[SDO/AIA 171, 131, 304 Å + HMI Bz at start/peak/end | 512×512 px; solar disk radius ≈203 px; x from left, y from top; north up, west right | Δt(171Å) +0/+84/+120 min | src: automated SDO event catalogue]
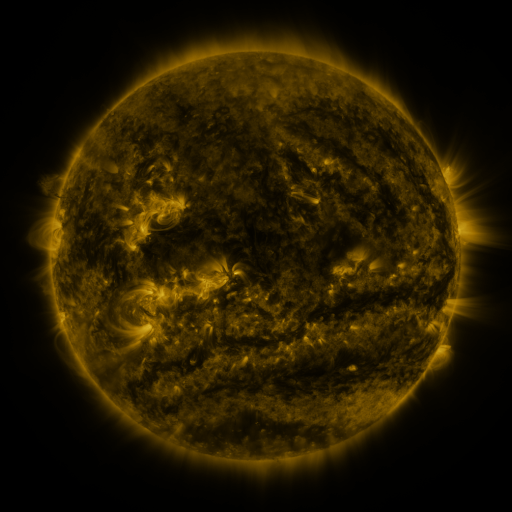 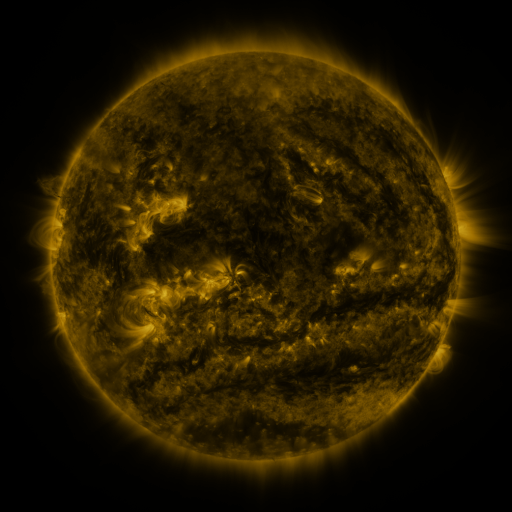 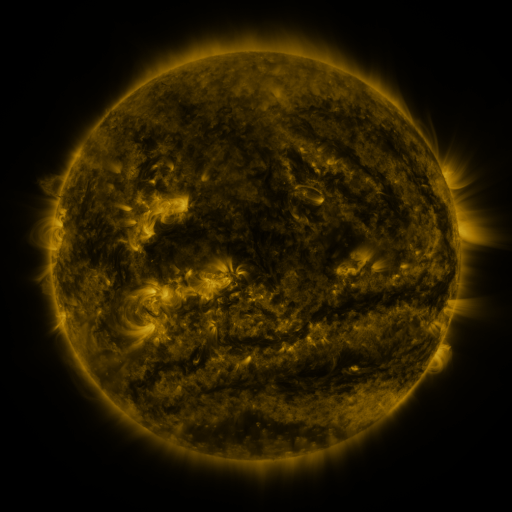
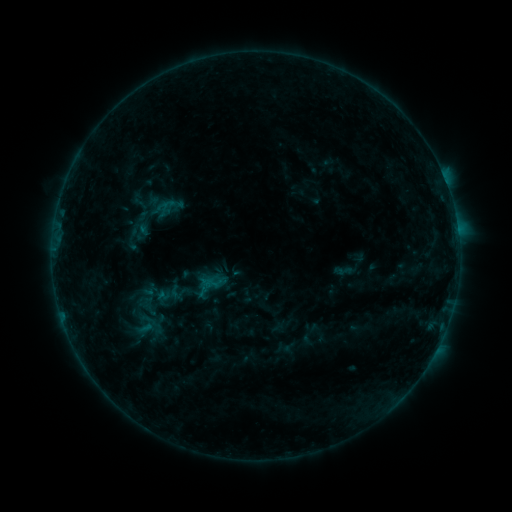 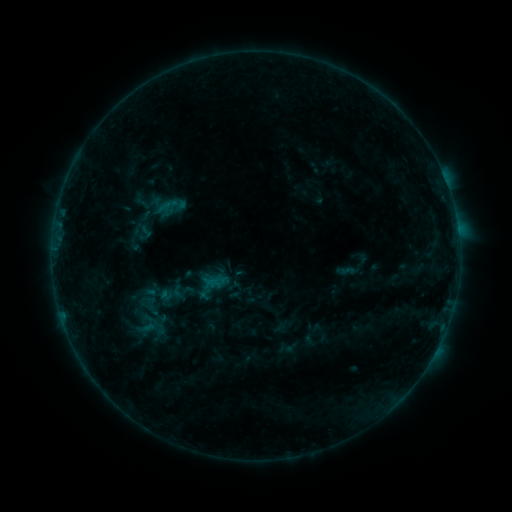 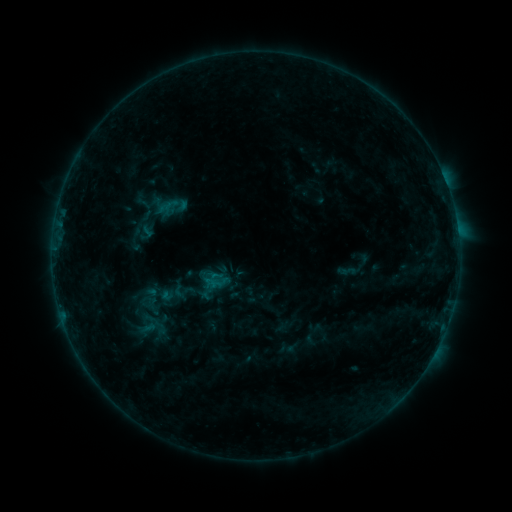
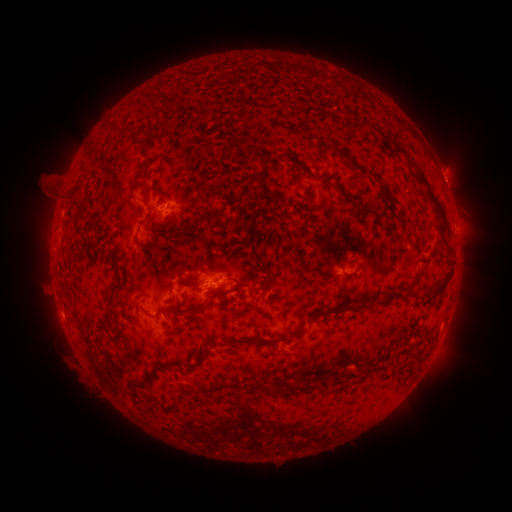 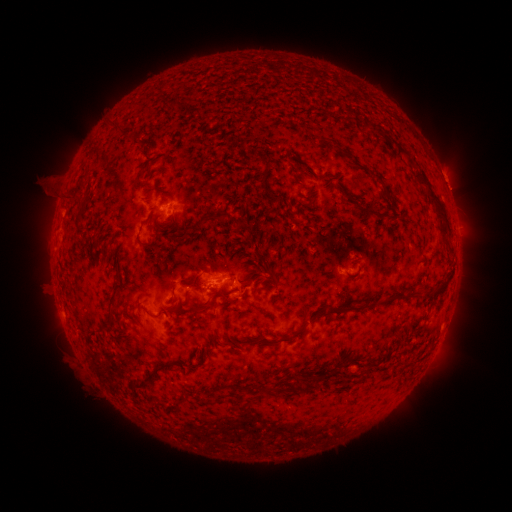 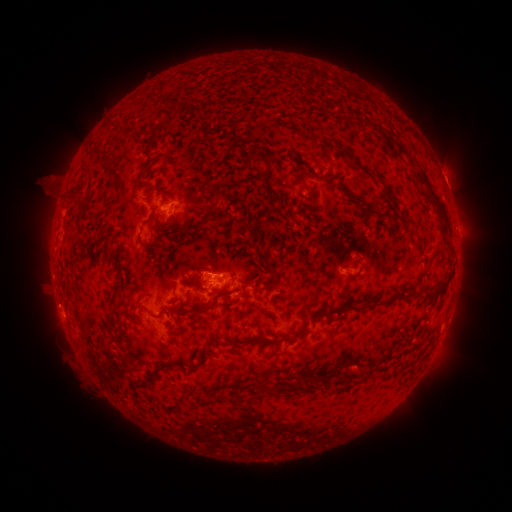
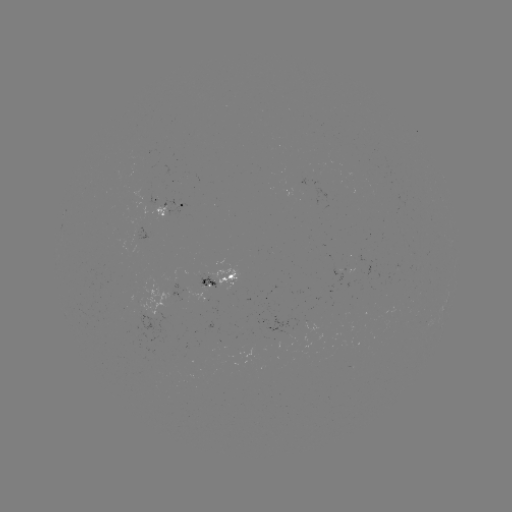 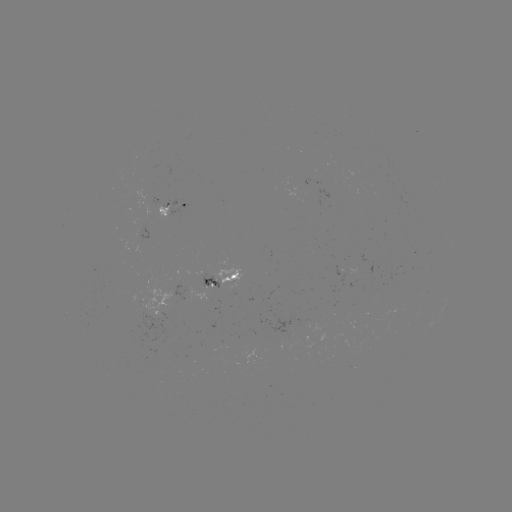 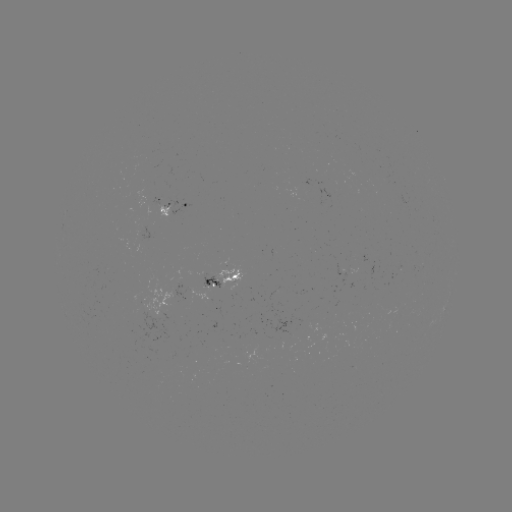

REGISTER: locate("emerging-flux region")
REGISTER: (166, 208)